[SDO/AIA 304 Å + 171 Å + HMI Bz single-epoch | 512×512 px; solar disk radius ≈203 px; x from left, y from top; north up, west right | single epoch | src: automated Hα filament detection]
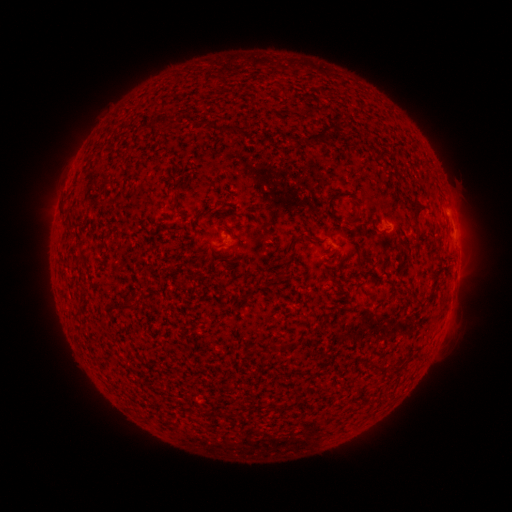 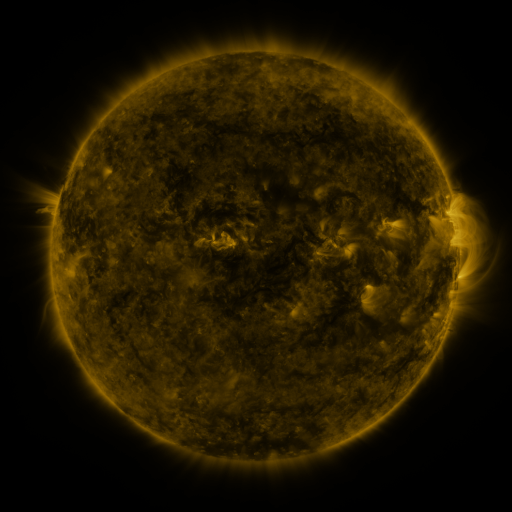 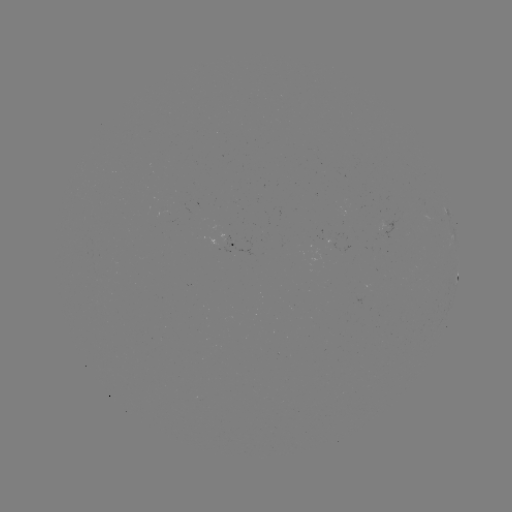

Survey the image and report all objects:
filament: [134, 124, 144, 136]
filament: [219, 124, 235, 132]
filament: [286, 125, 328, 144]
filament: [327, 189, 342, 205]
filament: [413, 202, 420, 224]
filament: [348, 210, 360, 224]
filament: [297, 228, 306, 243]
filament: [122, 301, 135, 311]
filament: [371, 360, 386, 372]
